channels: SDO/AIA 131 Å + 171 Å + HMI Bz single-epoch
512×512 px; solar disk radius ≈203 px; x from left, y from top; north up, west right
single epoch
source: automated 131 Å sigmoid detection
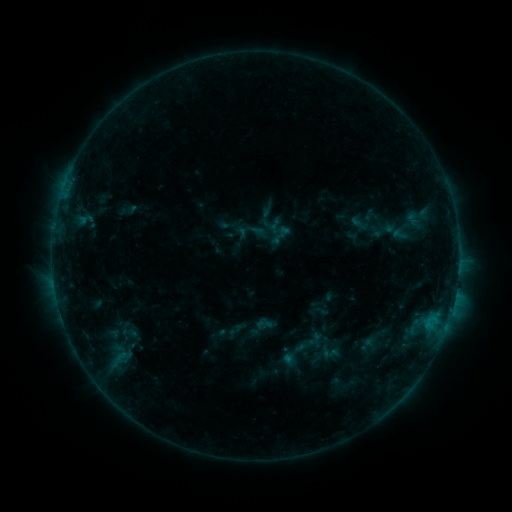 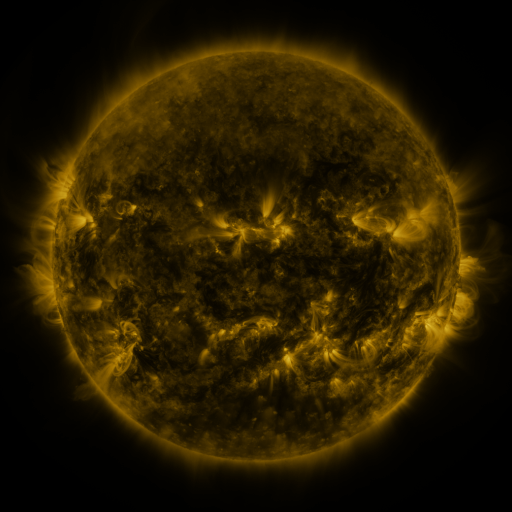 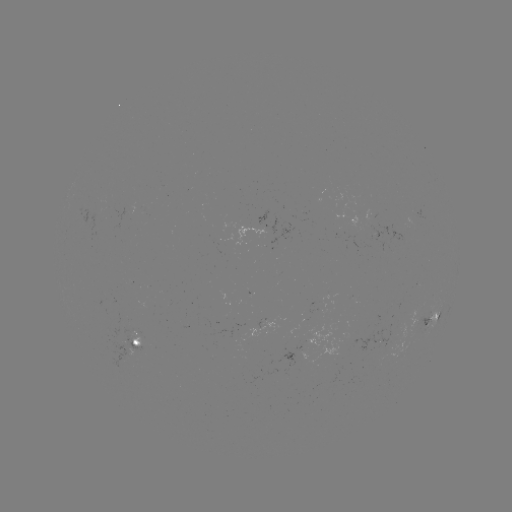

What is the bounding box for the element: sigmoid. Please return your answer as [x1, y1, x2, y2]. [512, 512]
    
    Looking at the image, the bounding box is [114, 319, 142, 343].